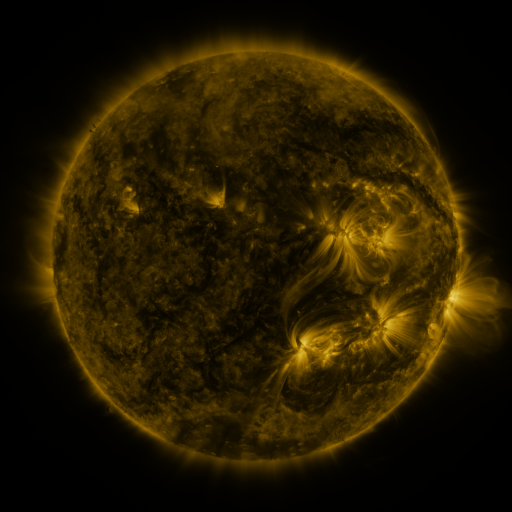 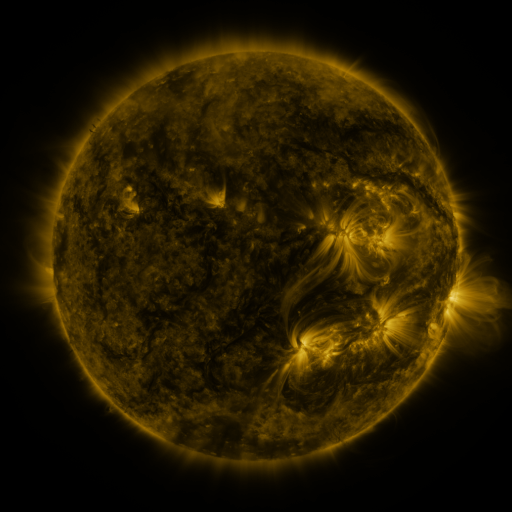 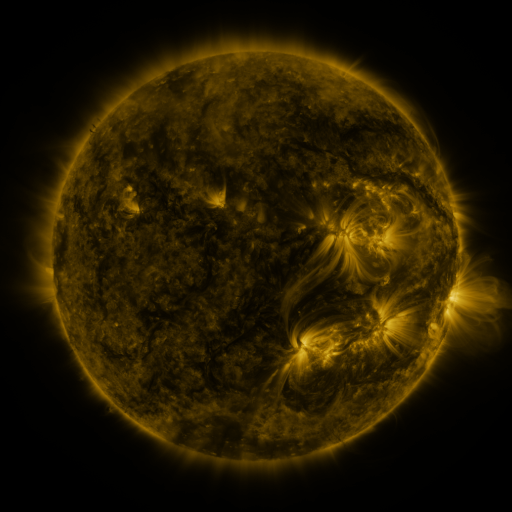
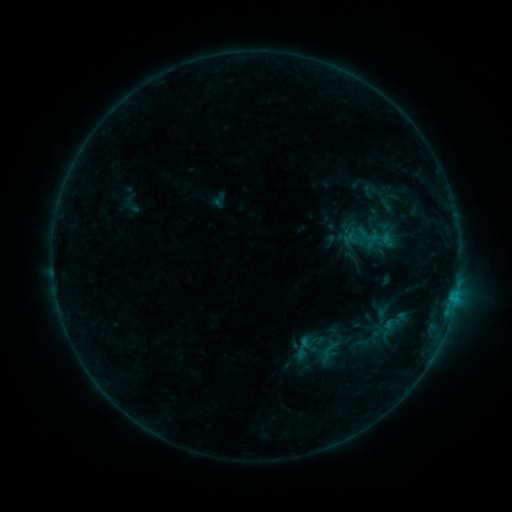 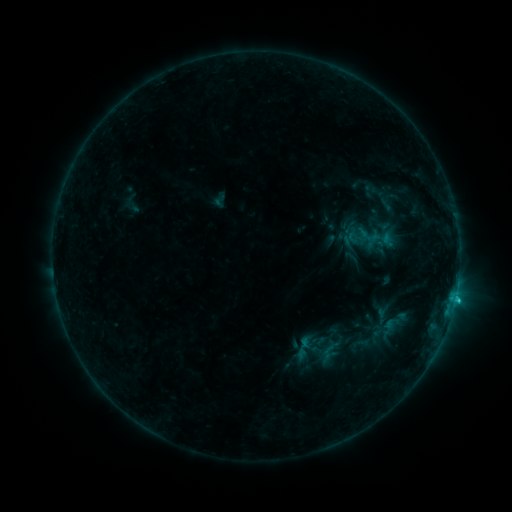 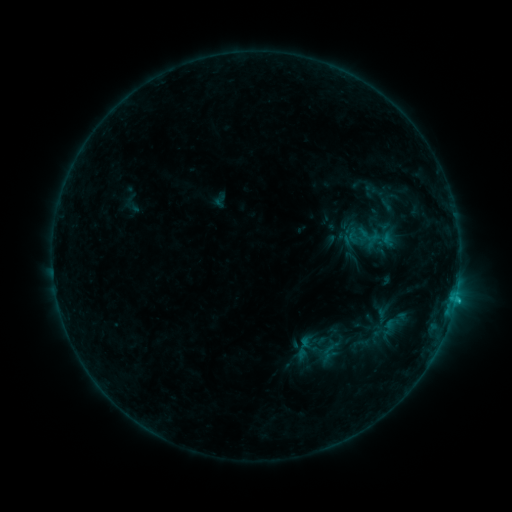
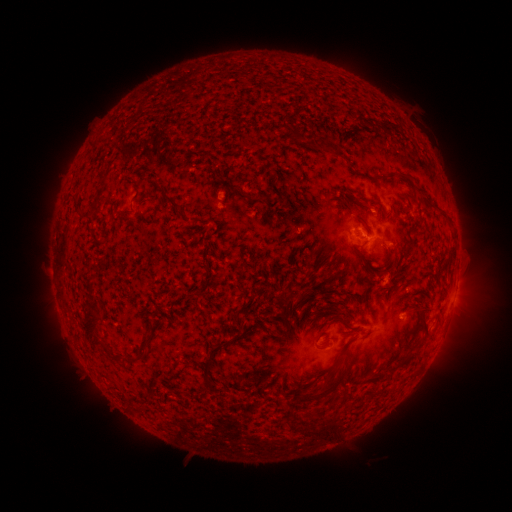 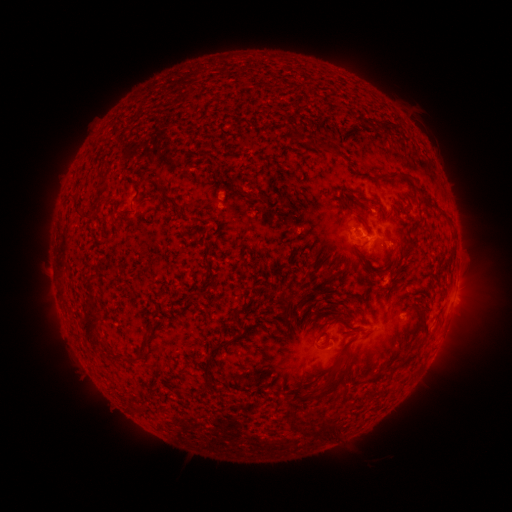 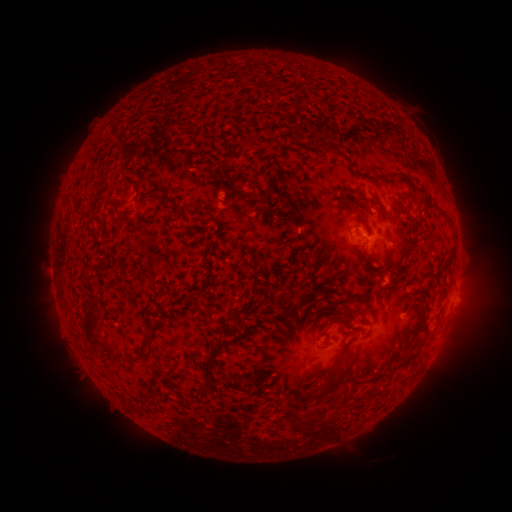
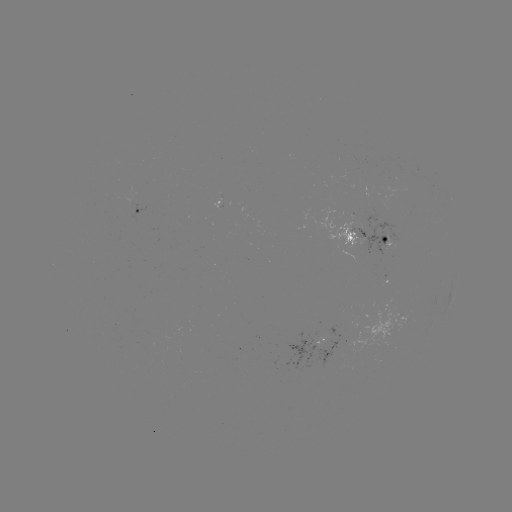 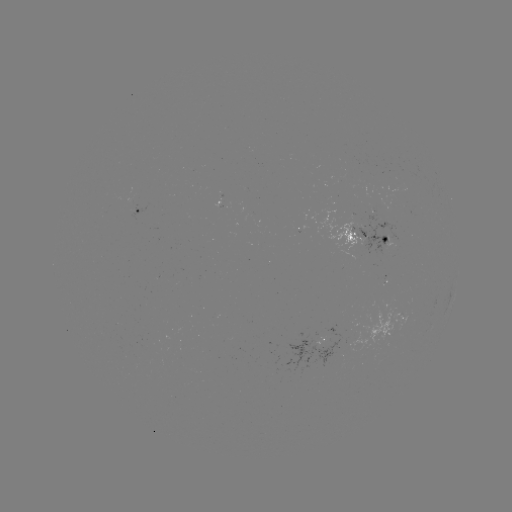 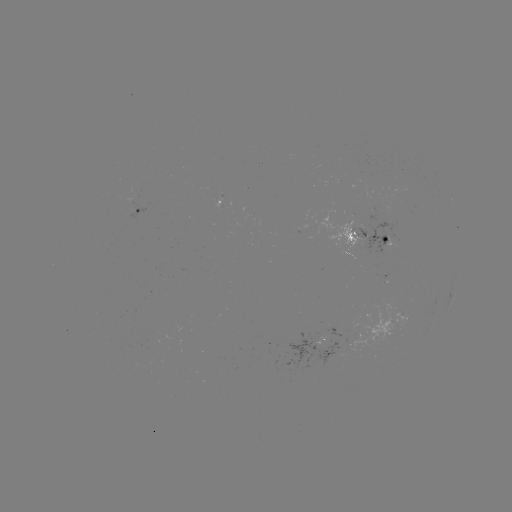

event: flare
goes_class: B7.2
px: (378, 311)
